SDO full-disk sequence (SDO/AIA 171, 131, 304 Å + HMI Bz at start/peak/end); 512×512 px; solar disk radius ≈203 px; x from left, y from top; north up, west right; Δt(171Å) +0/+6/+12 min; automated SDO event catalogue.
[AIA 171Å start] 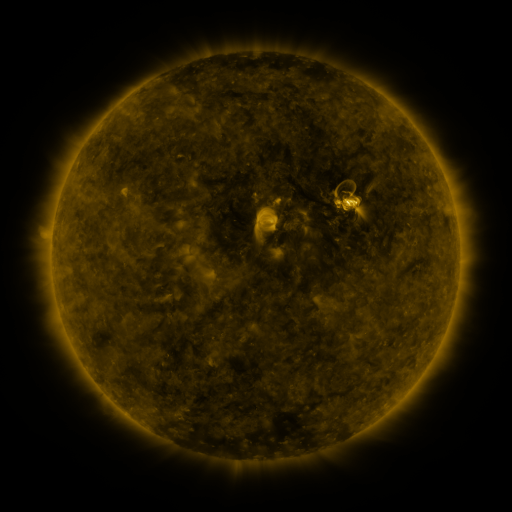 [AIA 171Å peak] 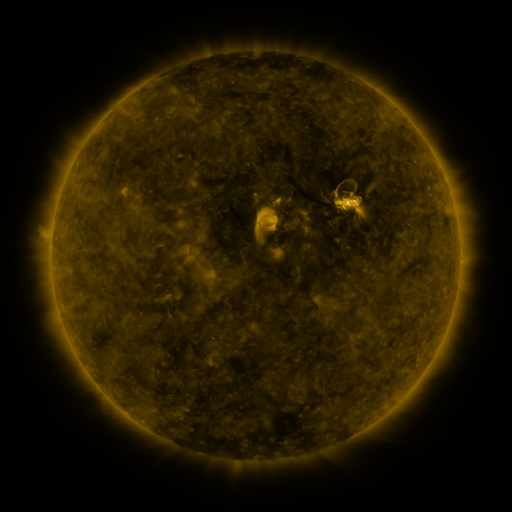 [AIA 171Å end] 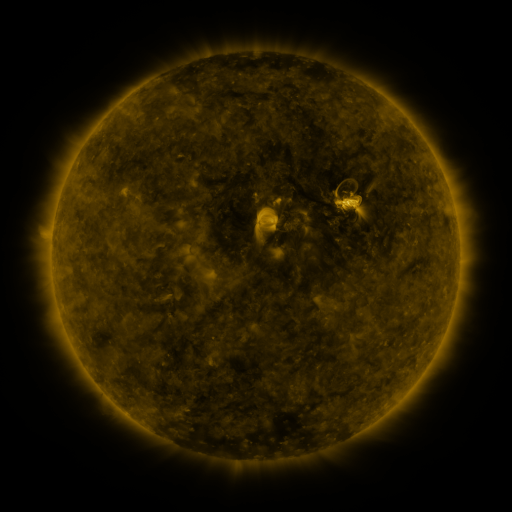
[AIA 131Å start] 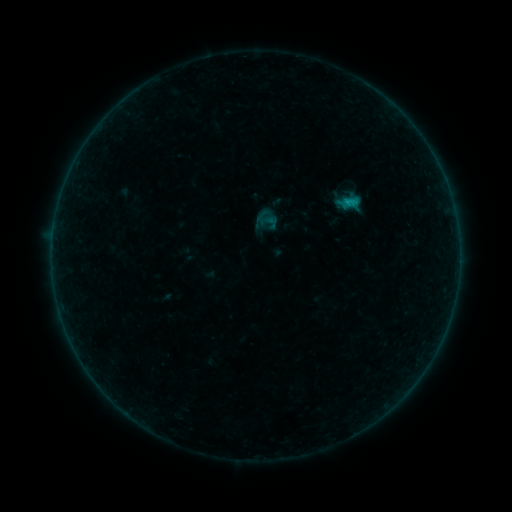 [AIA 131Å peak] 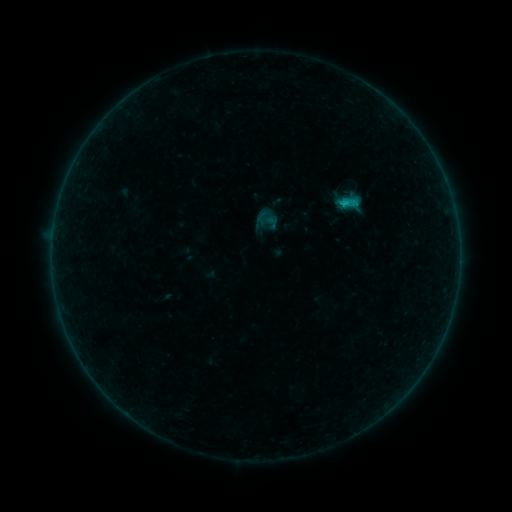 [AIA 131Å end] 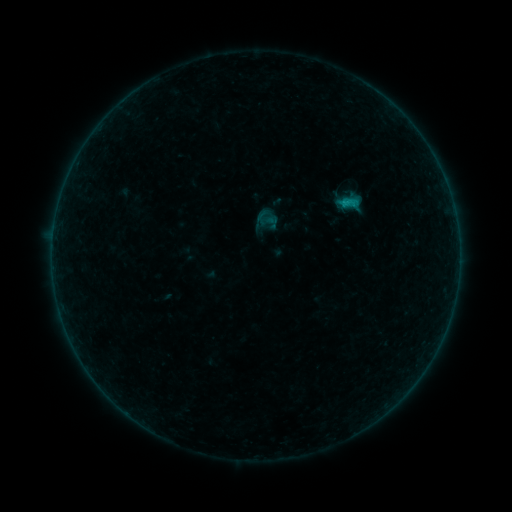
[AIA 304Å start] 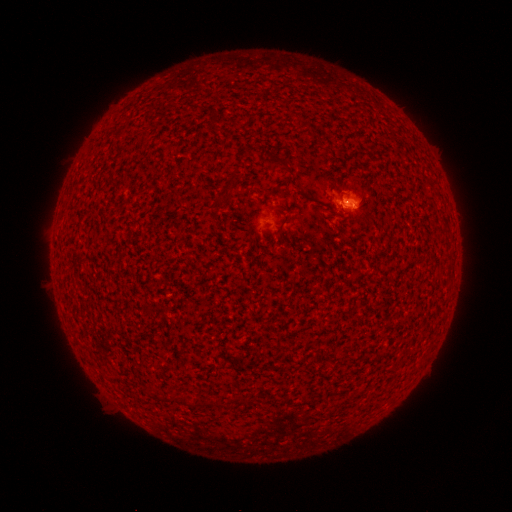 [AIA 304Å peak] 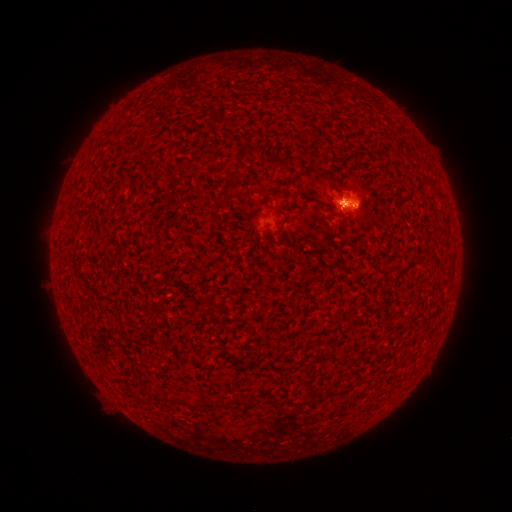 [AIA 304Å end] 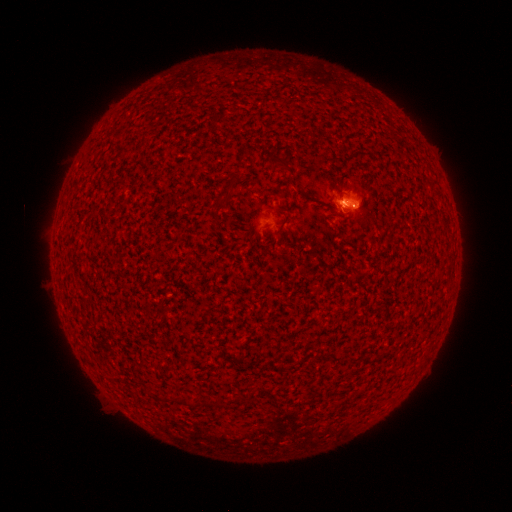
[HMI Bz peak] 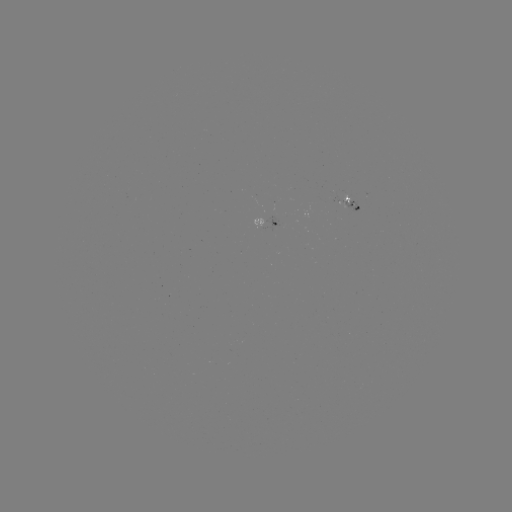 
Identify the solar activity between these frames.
B4.4 flare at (344, 205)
